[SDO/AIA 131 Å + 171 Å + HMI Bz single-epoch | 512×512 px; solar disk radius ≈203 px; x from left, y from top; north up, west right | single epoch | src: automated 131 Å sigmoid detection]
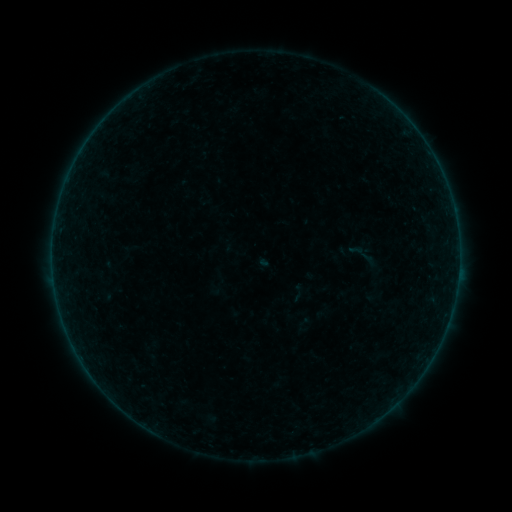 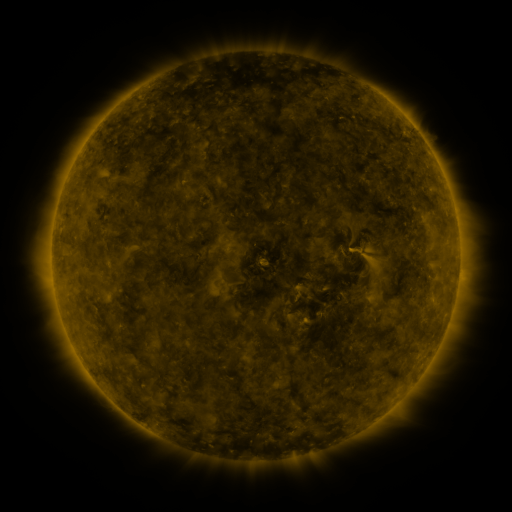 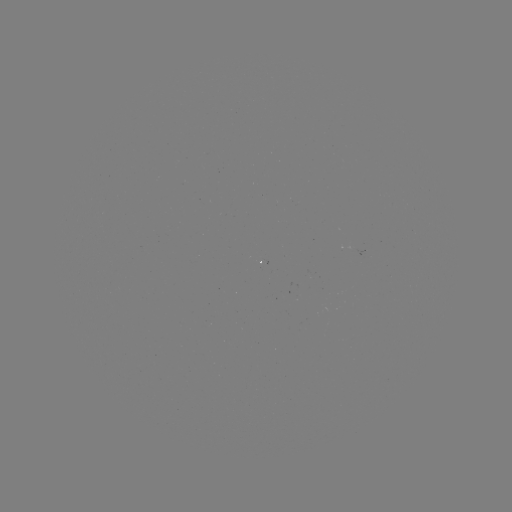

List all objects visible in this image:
sigmoid: (362, 254)
sigmoid: (298, 293)
